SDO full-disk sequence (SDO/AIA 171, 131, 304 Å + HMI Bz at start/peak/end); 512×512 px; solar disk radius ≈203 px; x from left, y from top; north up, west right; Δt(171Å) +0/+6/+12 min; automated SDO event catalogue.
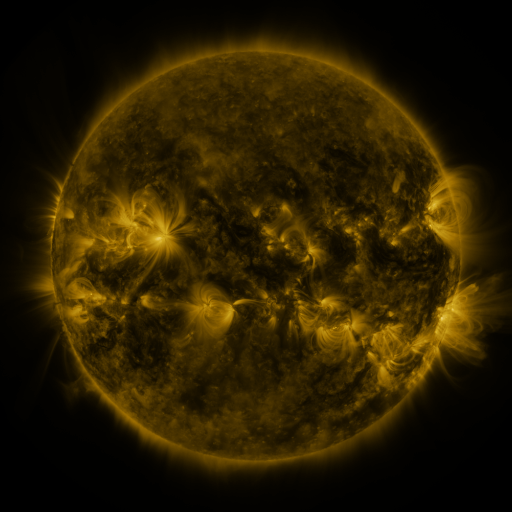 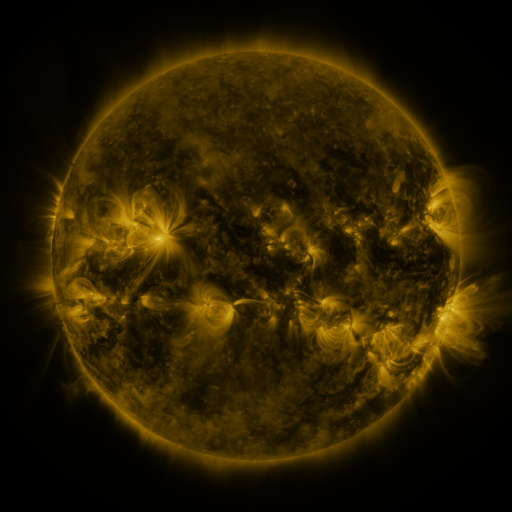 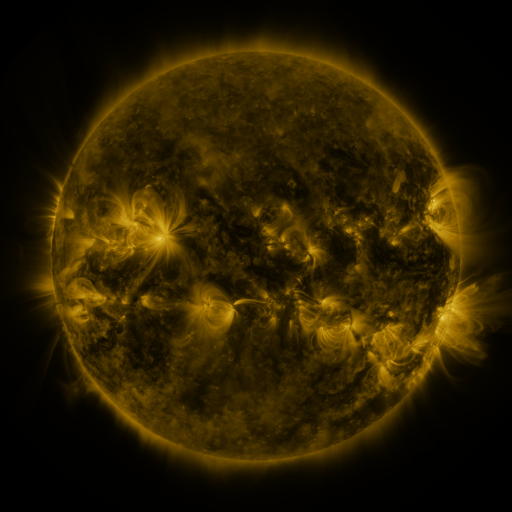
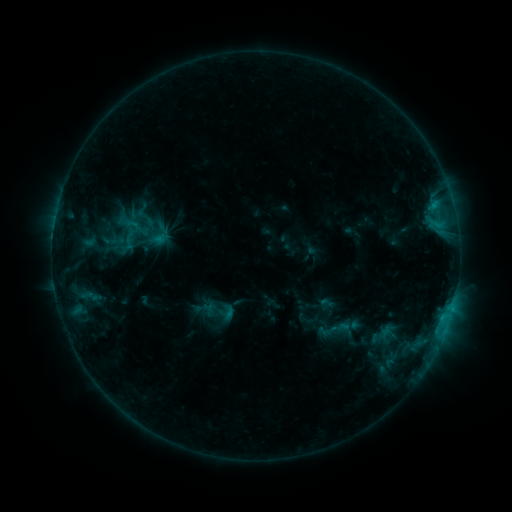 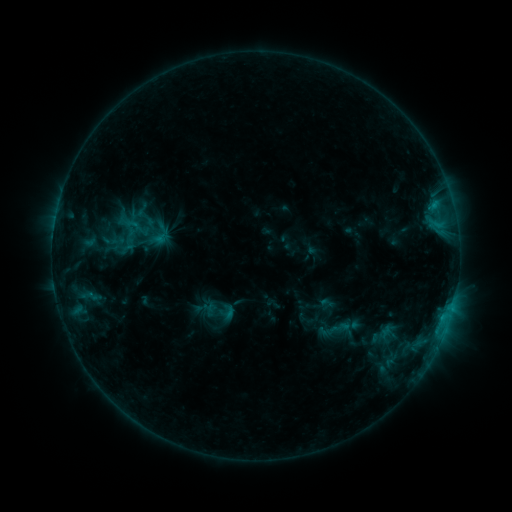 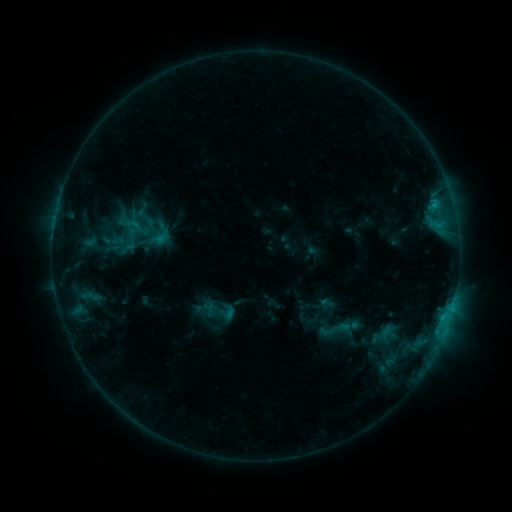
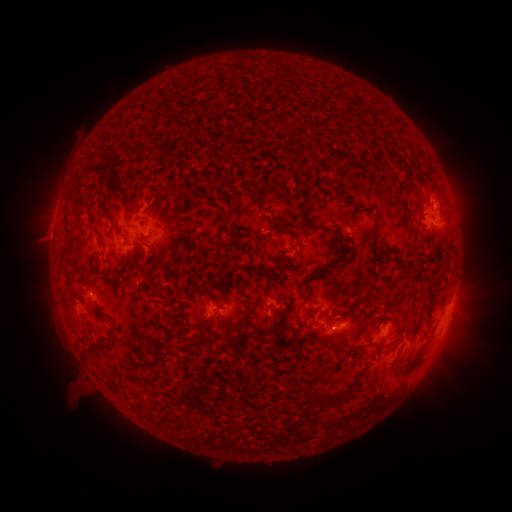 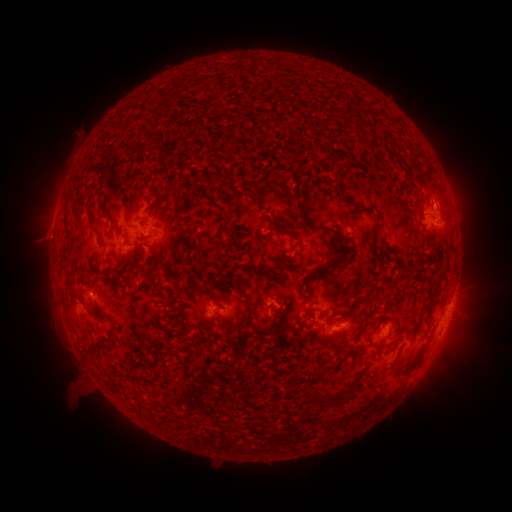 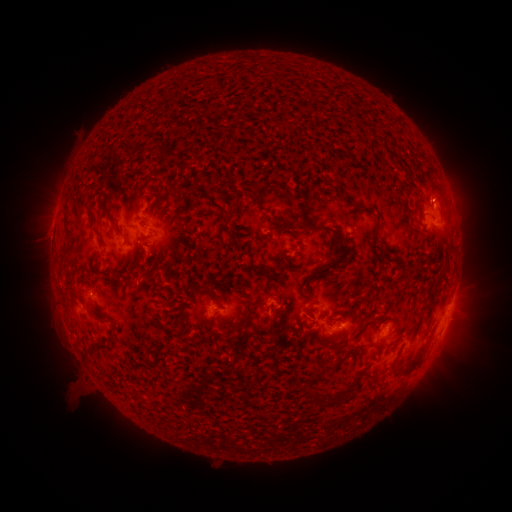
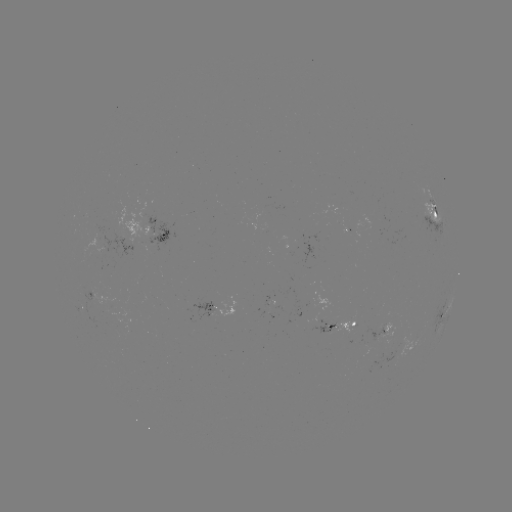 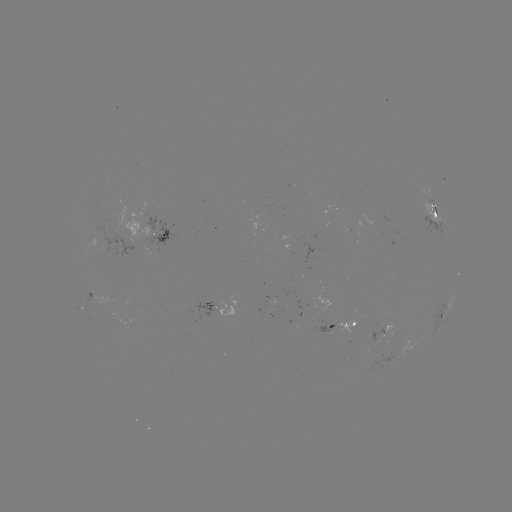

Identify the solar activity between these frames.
no classed flare was catalogued and no EUV brightening was flagged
